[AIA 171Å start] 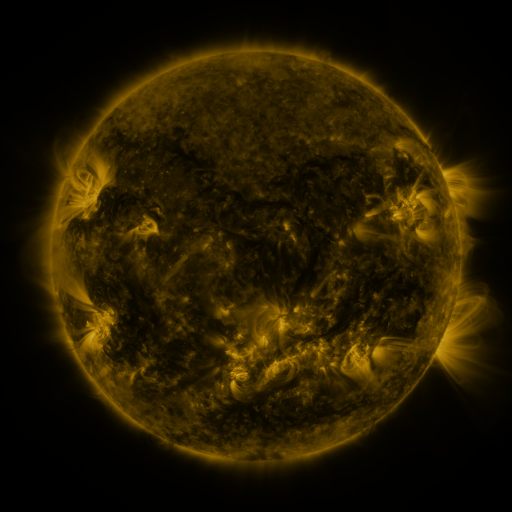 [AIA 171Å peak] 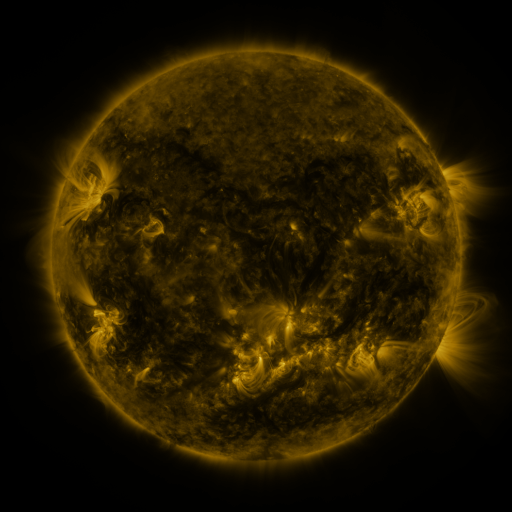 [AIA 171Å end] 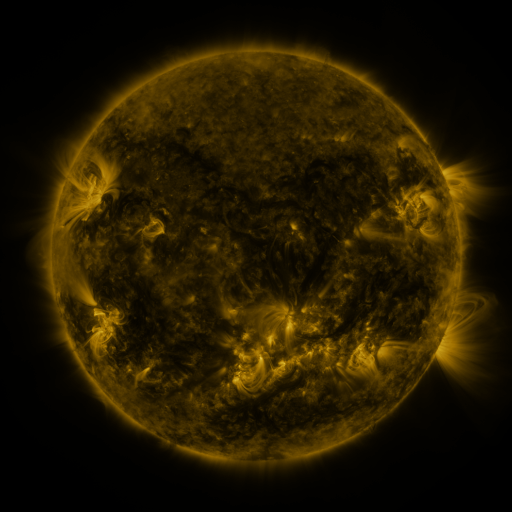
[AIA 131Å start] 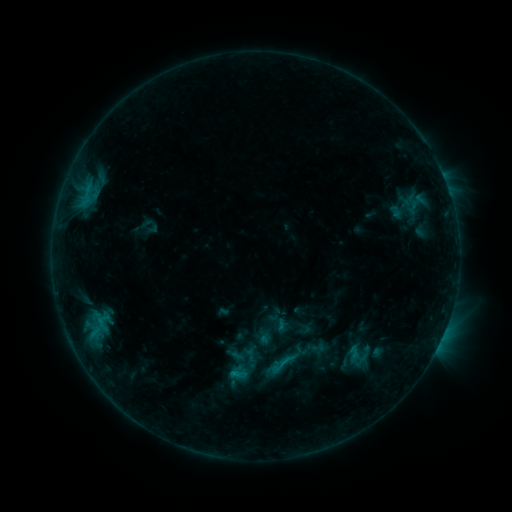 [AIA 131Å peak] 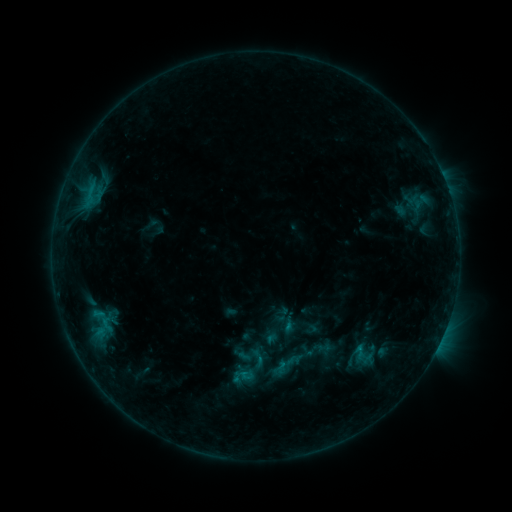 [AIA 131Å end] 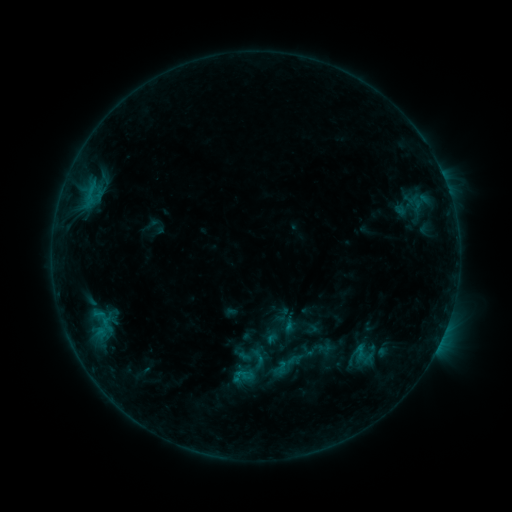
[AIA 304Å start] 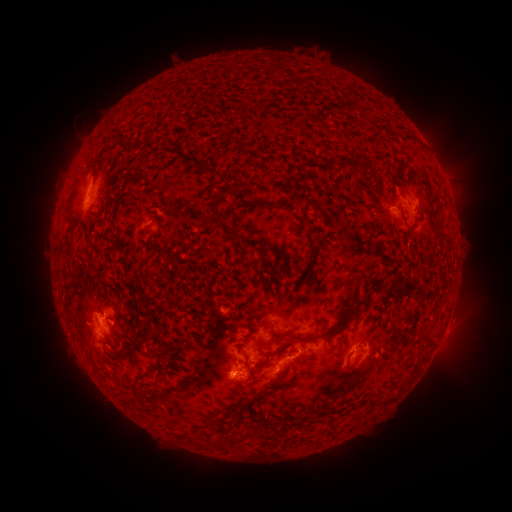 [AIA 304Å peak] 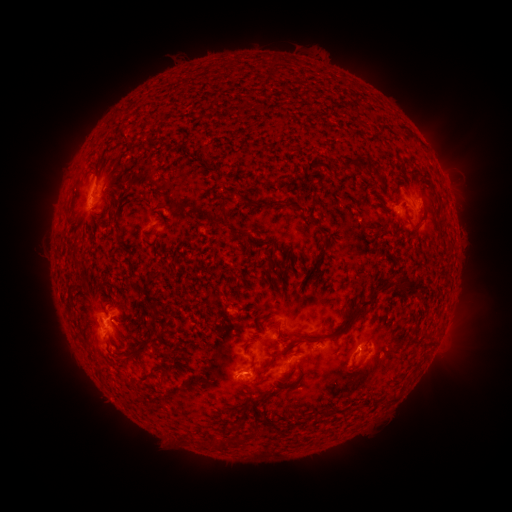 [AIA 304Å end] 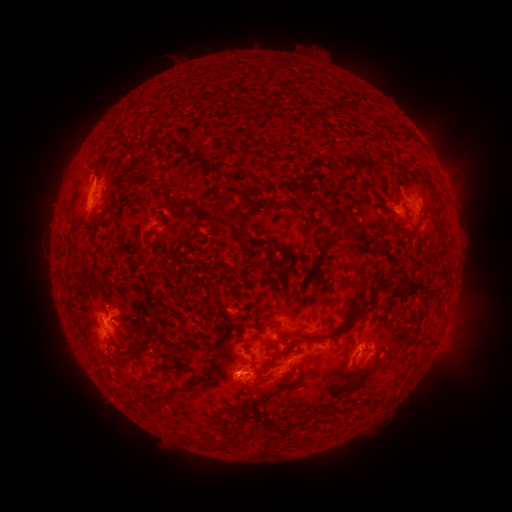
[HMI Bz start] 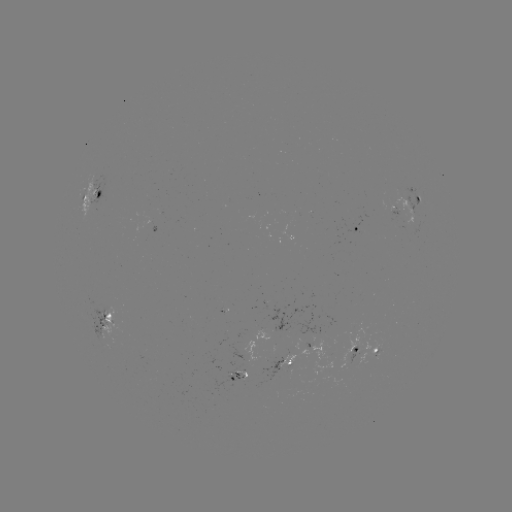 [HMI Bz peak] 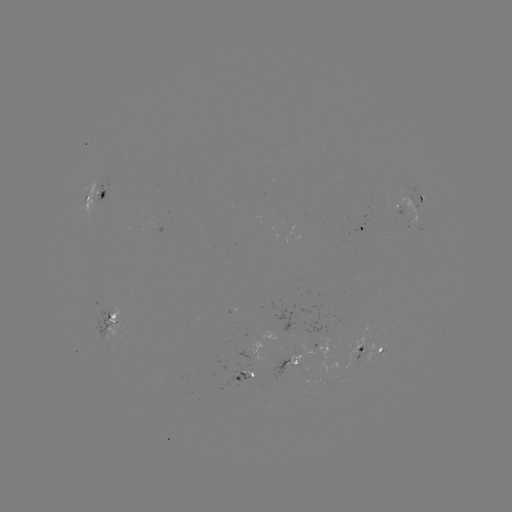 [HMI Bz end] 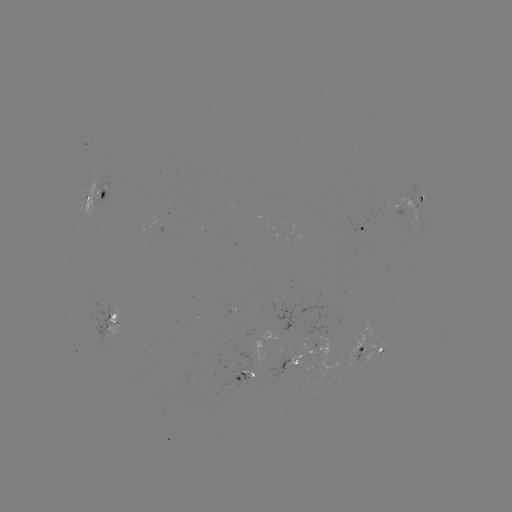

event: emerging-flux region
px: (251, 371)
